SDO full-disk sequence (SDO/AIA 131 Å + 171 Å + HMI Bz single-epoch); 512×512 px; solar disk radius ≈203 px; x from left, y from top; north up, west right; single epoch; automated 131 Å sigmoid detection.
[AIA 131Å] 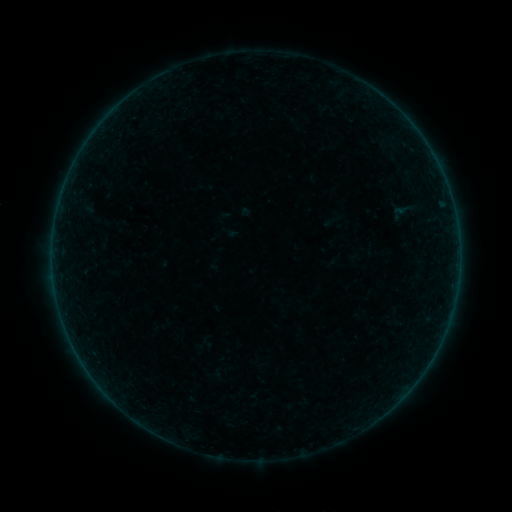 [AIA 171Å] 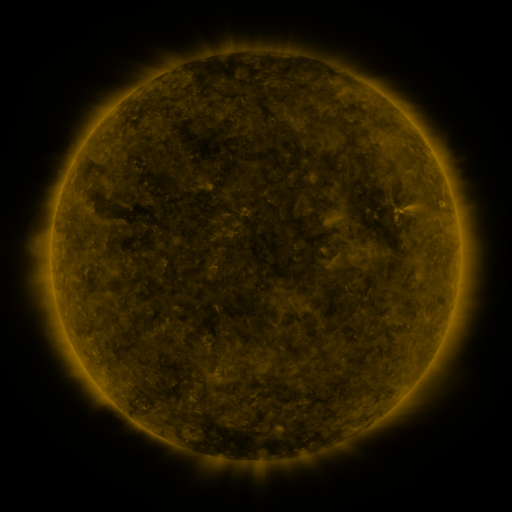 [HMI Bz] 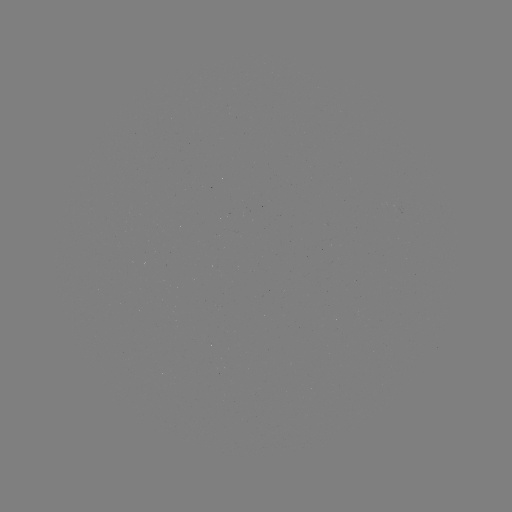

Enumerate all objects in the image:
sigmoid: [390, 199, 415, 220]
